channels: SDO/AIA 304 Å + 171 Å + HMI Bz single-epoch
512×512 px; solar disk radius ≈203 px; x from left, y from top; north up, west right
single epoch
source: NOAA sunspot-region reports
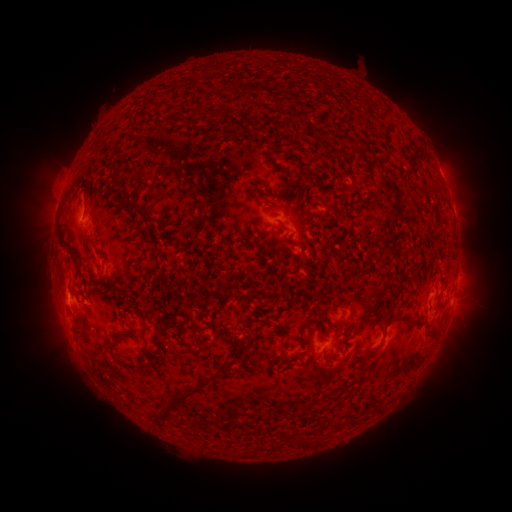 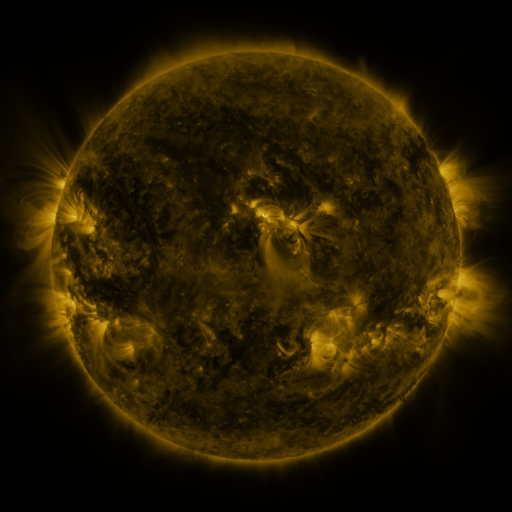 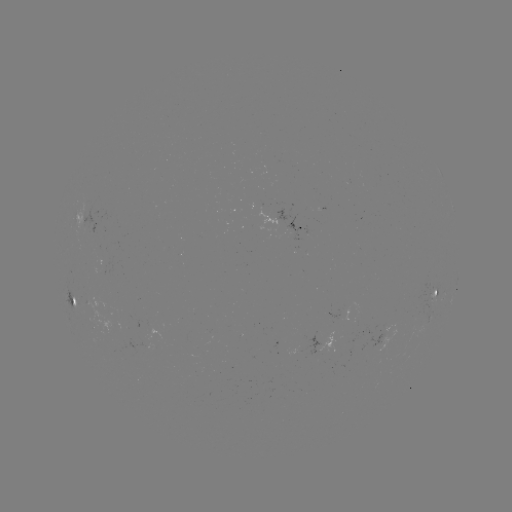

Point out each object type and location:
spotted active region: (78, 217)
spotted active region: (301, 262)
spotted active region: (77, 302)
spotted active region: (434, 302)
